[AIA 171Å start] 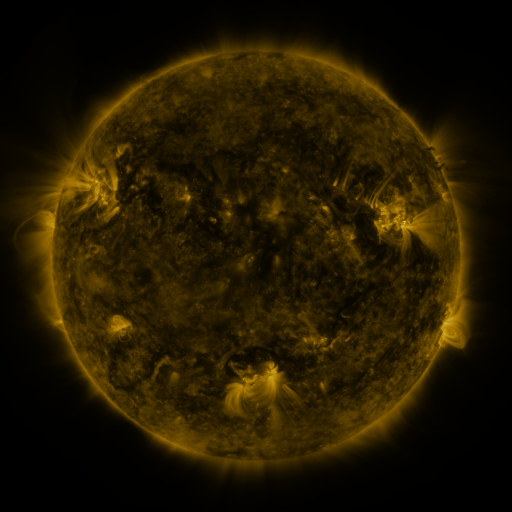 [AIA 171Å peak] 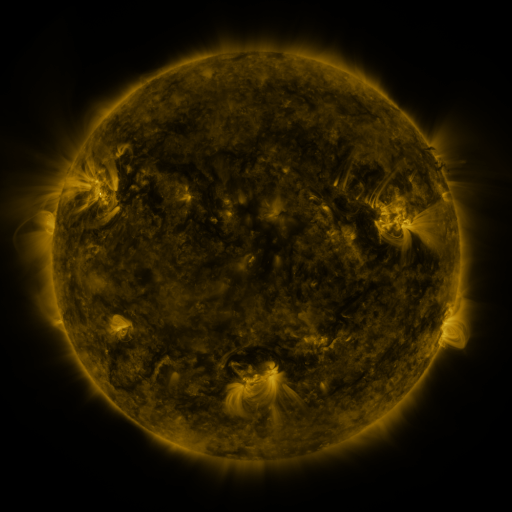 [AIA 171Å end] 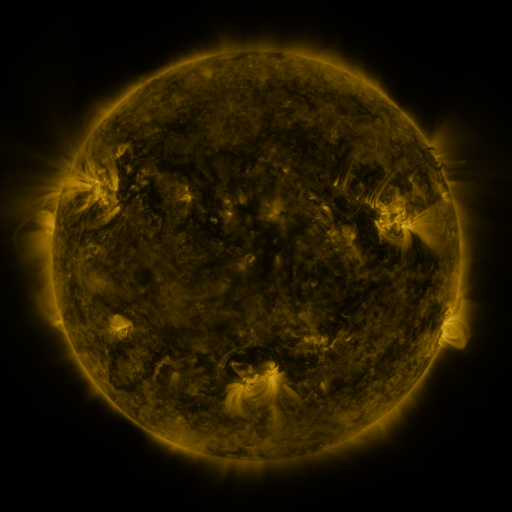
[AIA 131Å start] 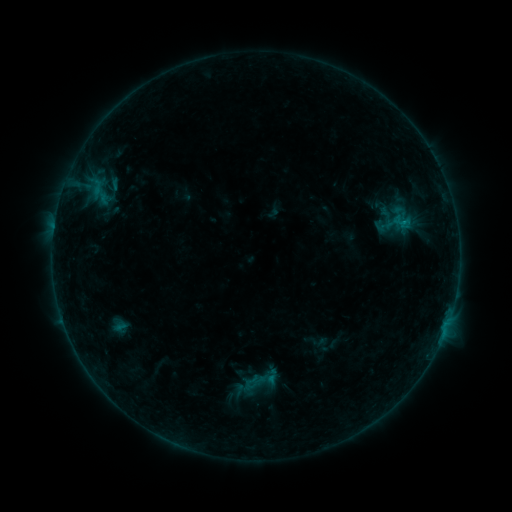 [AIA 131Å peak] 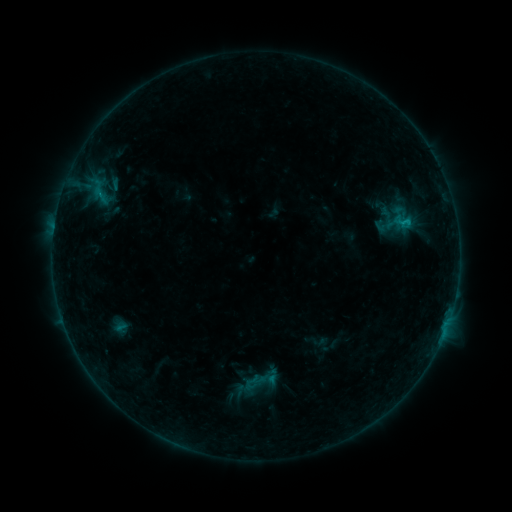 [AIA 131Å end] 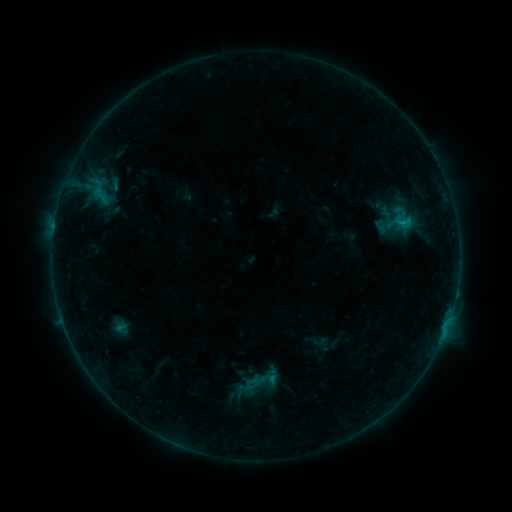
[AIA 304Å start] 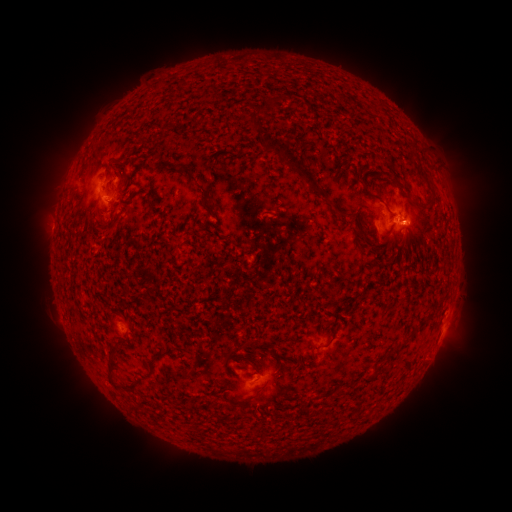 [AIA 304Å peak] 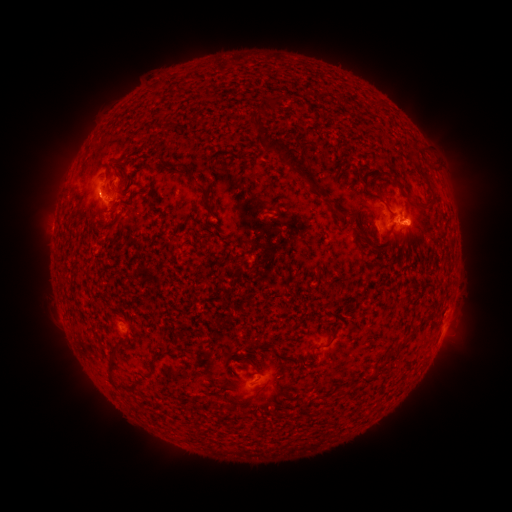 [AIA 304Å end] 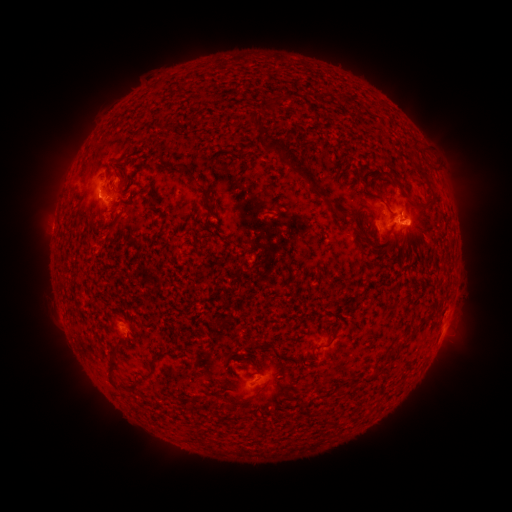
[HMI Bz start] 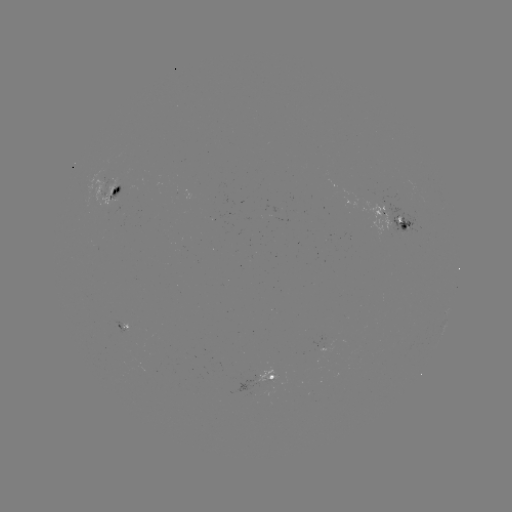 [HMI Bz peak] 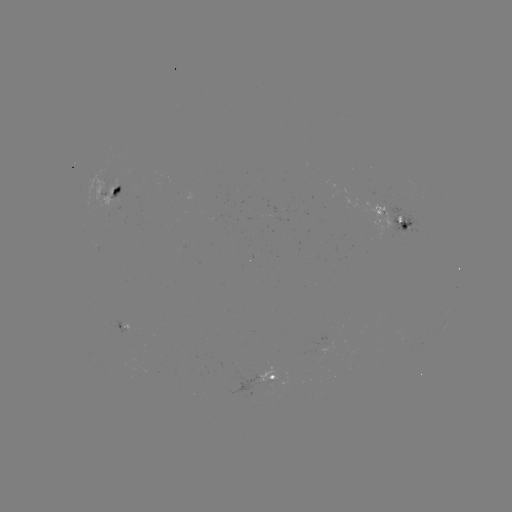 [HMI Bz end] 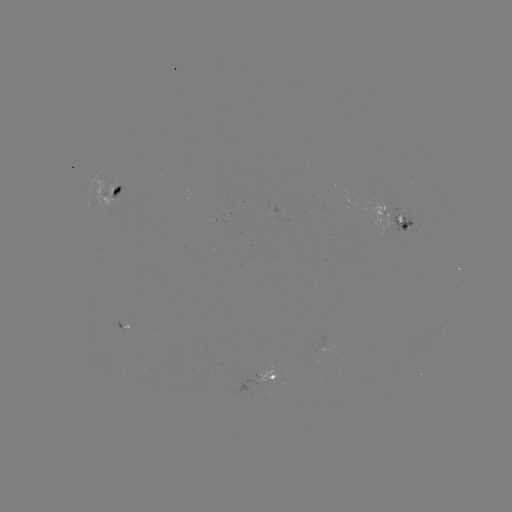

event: flare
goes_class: B7.1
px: (407, 223)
